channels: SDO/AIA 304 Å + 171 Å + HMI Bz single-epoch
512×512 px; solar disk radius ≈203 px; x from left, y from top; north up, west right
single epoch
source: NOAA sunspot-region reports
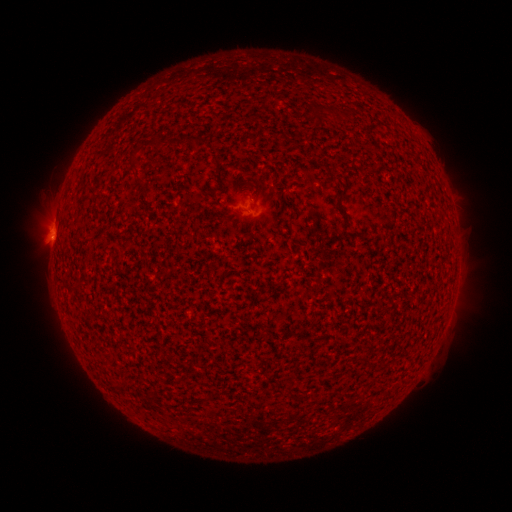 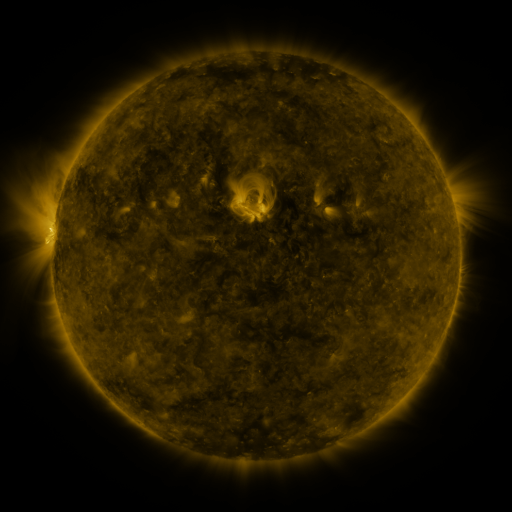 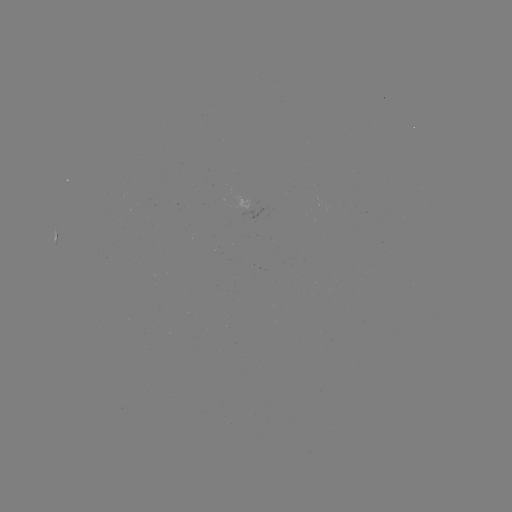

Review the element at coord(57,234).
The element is spotted active region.